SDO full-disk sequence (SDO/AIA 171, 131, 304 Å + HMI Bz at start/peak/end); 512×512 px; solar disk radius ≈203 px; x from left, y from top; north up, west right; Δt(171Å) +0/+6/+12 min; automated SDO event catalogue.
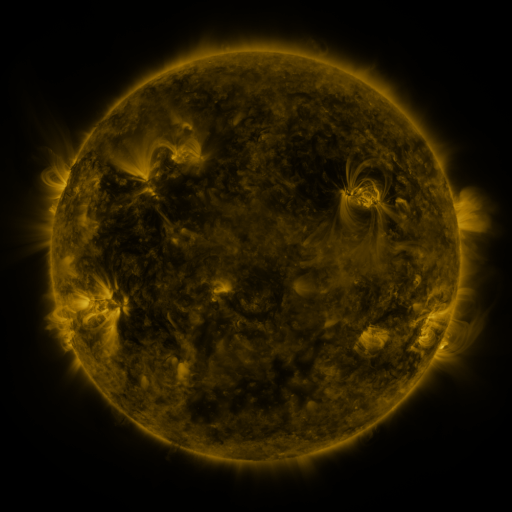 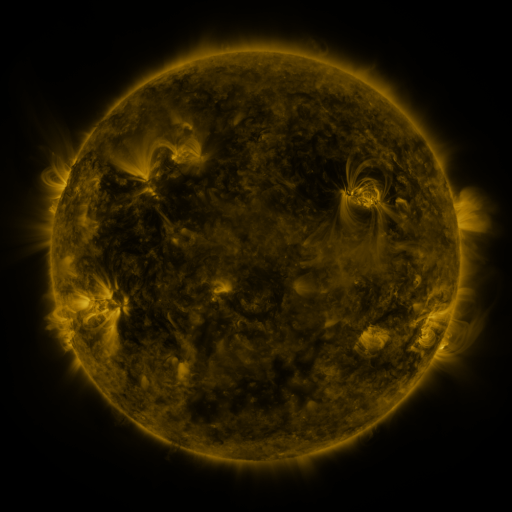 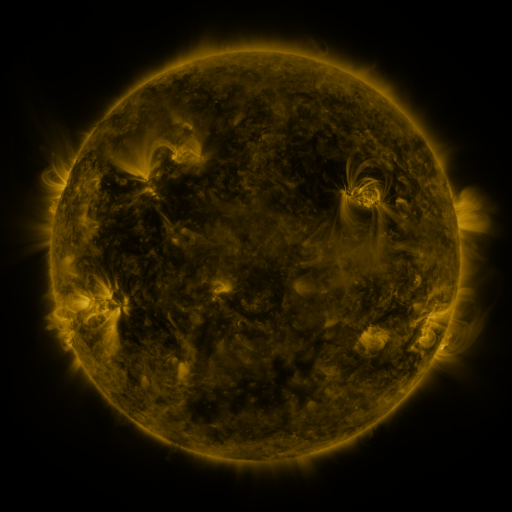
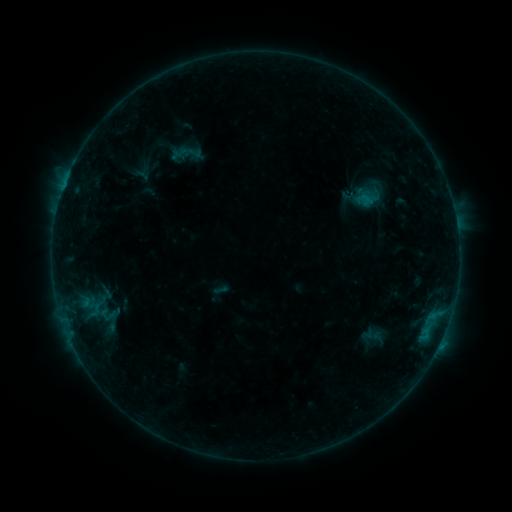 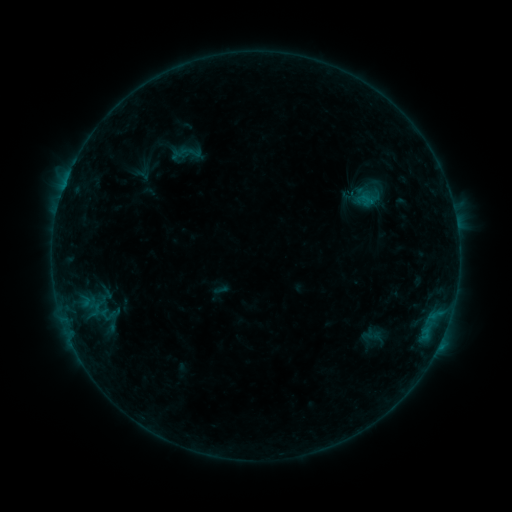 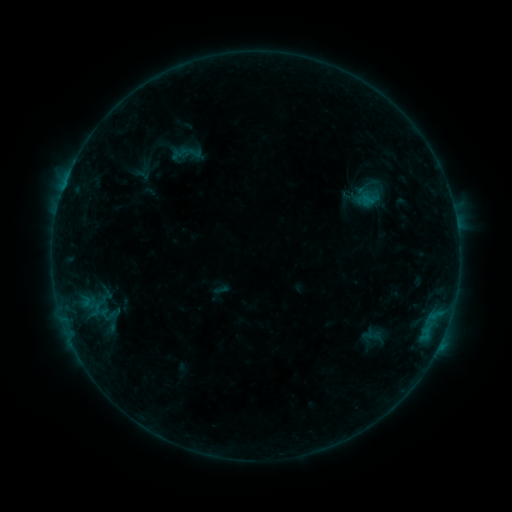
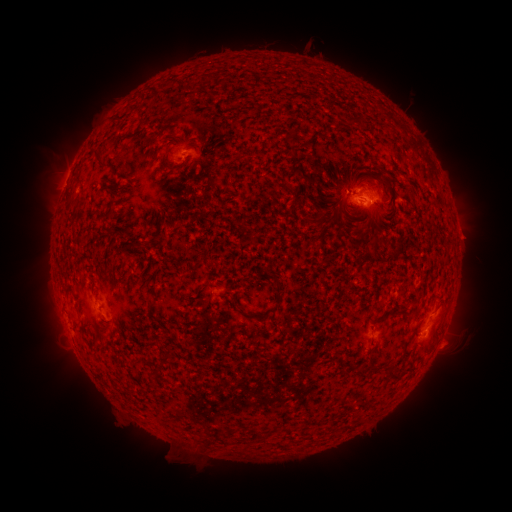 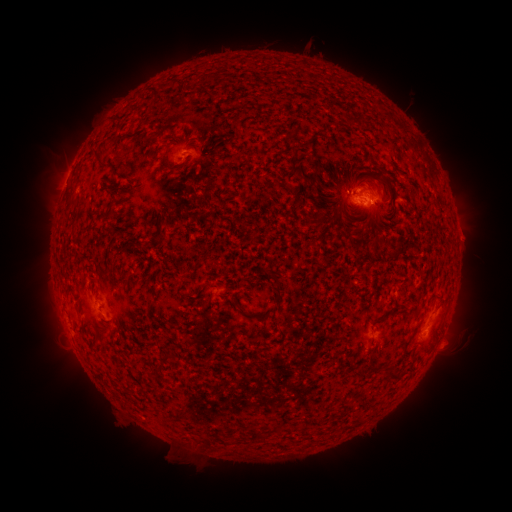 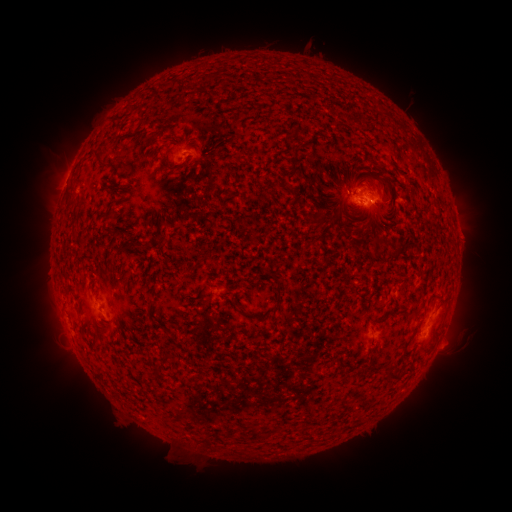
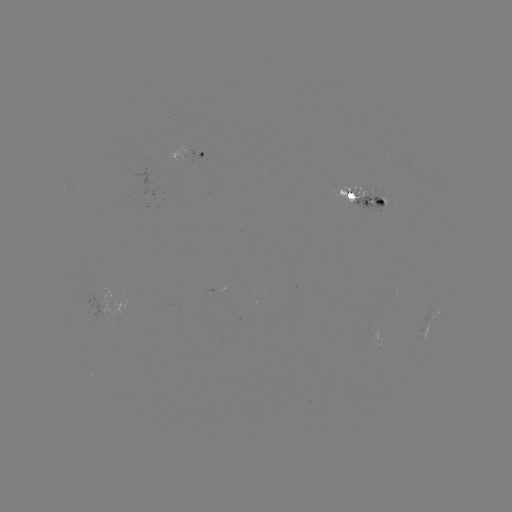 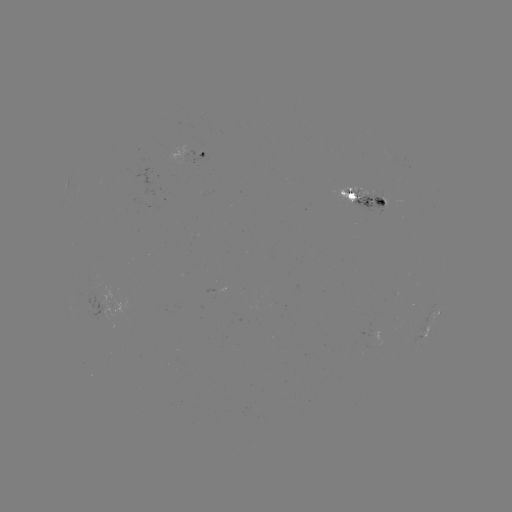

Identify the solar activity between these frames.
no catalogued flare and no flagged EUV brightening in this window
